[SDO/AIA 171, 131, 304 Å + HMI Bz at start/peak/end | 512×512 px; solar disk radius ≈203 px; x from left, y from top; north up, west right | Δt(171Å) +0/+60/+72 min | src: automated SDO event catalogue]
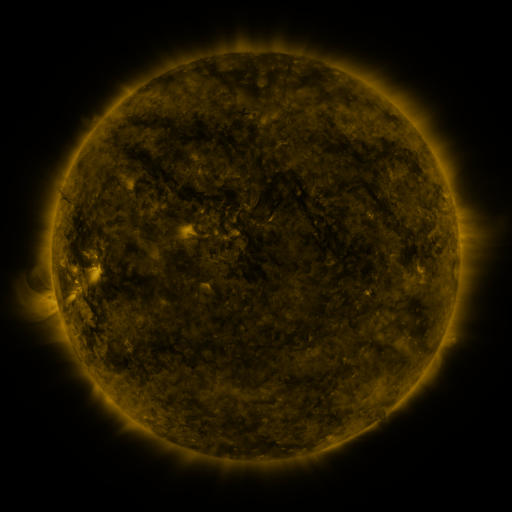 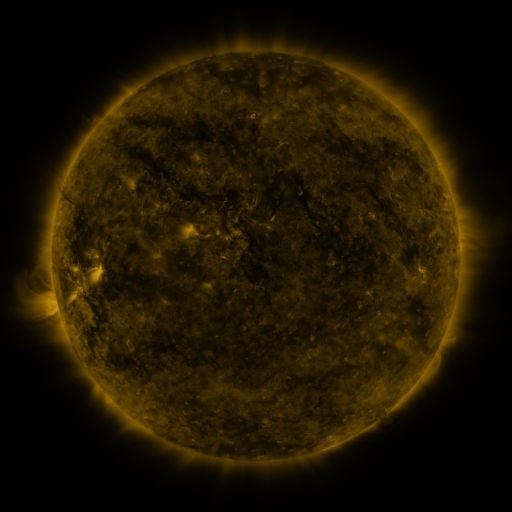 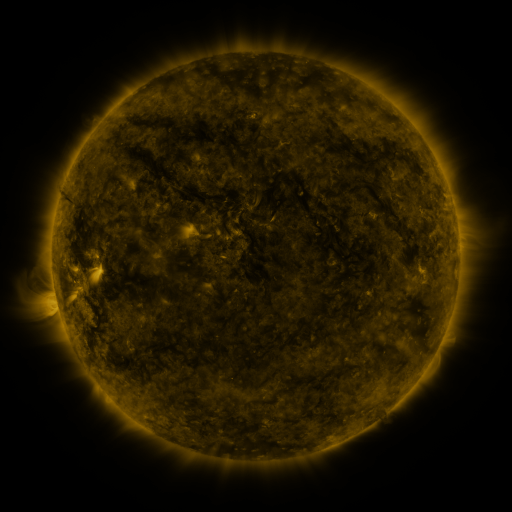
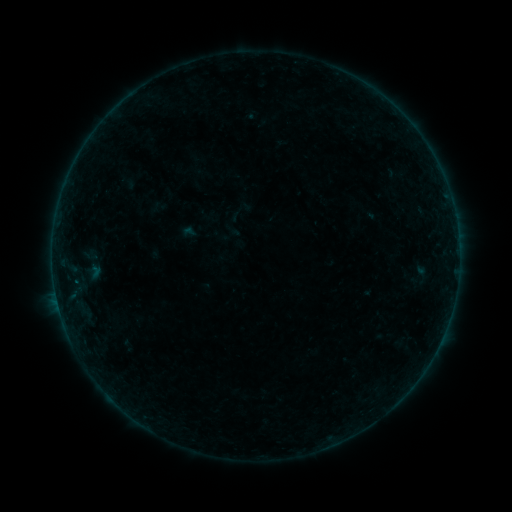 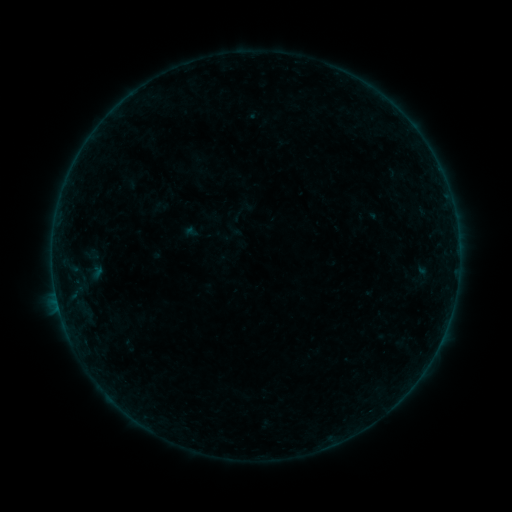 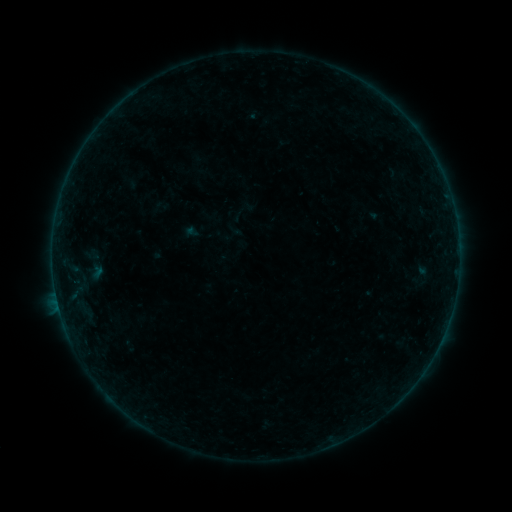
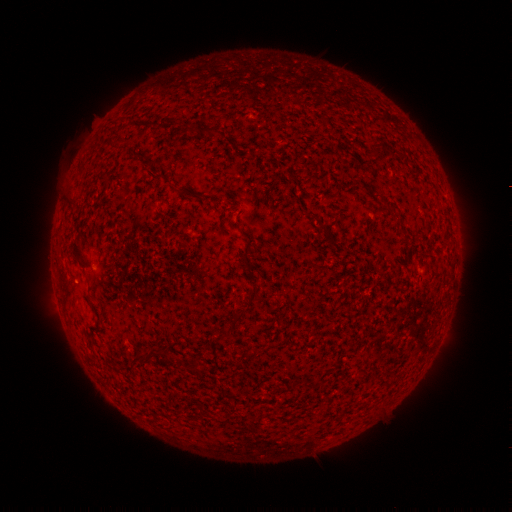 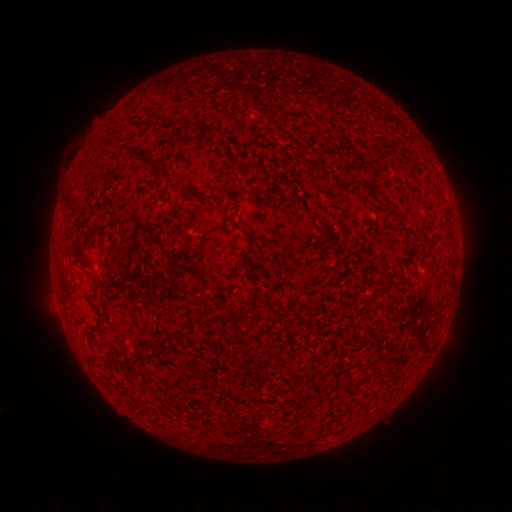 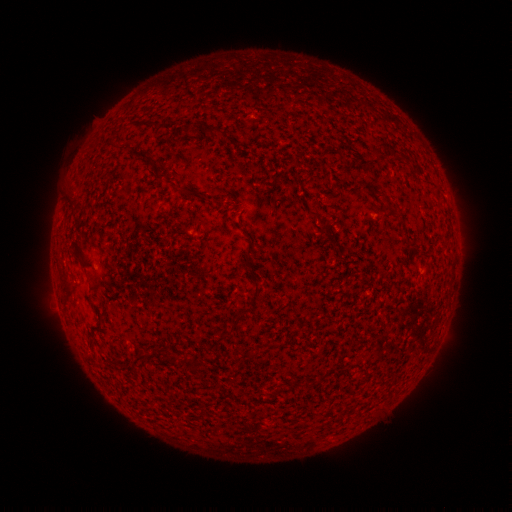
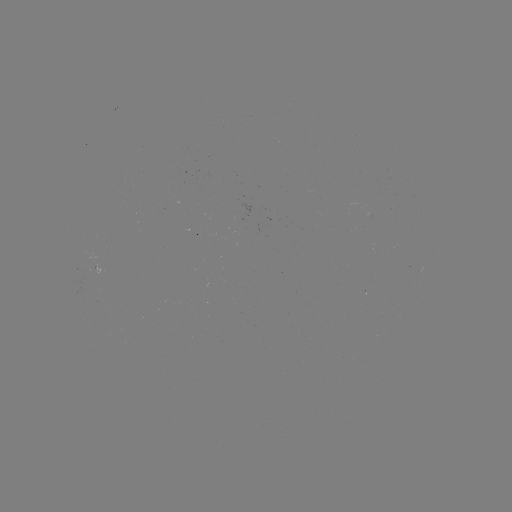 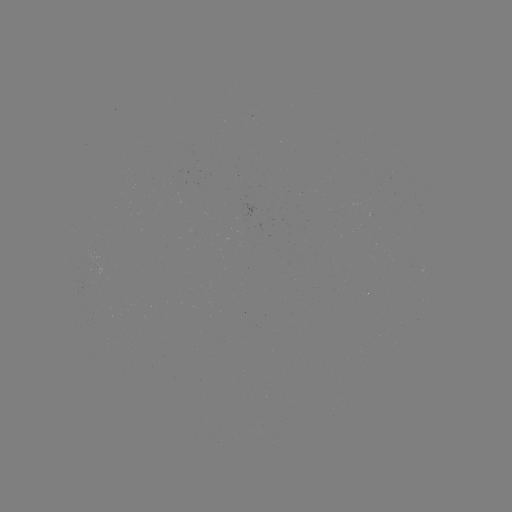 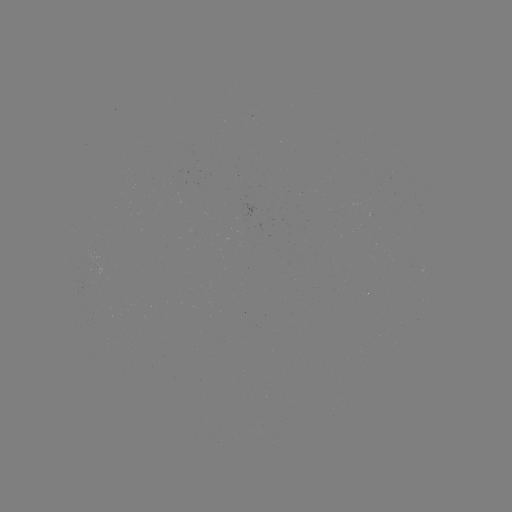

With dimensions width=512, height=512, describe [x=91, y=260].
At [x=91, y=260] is emerging-flux region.